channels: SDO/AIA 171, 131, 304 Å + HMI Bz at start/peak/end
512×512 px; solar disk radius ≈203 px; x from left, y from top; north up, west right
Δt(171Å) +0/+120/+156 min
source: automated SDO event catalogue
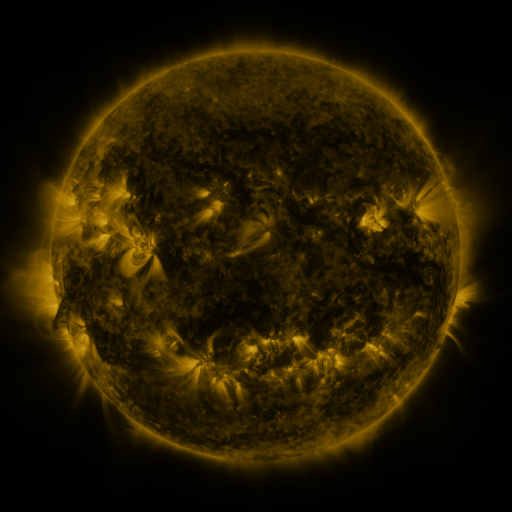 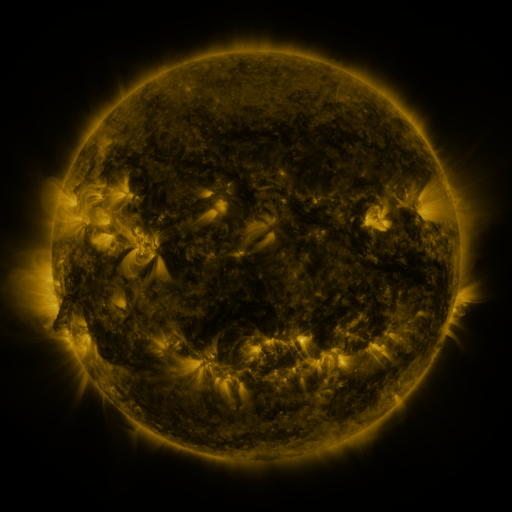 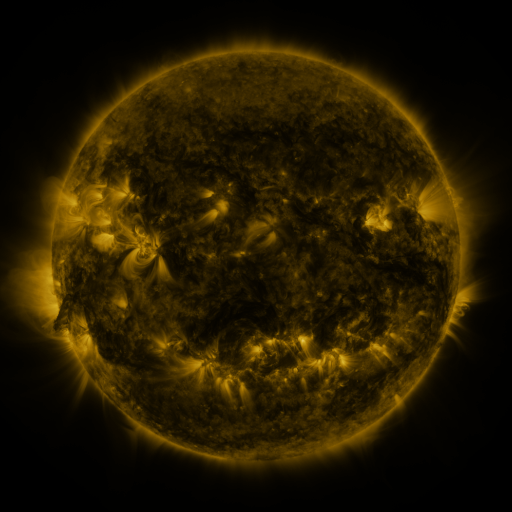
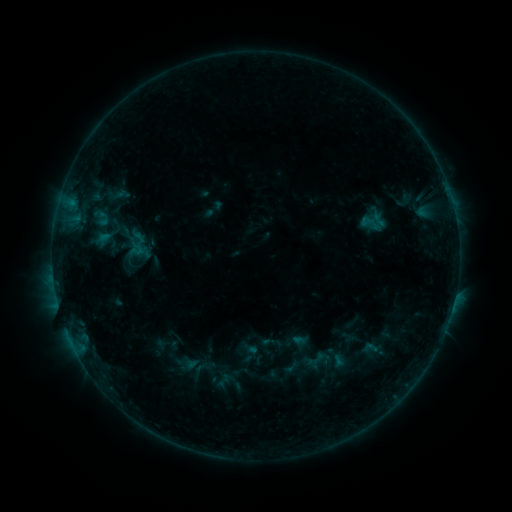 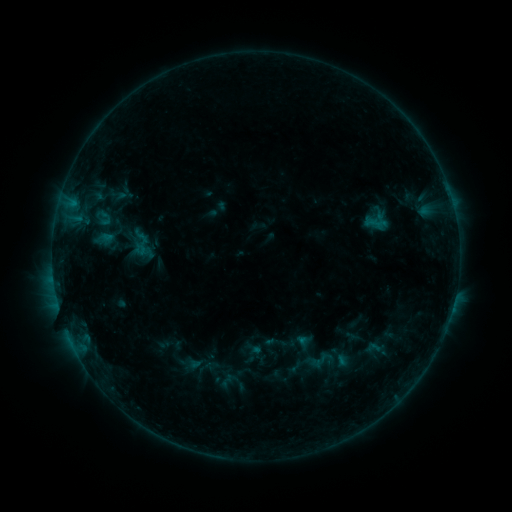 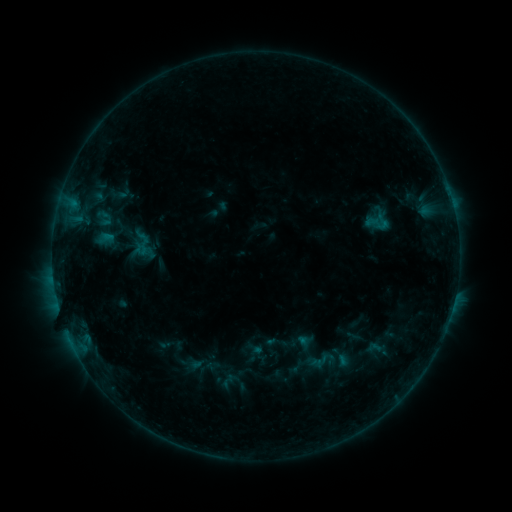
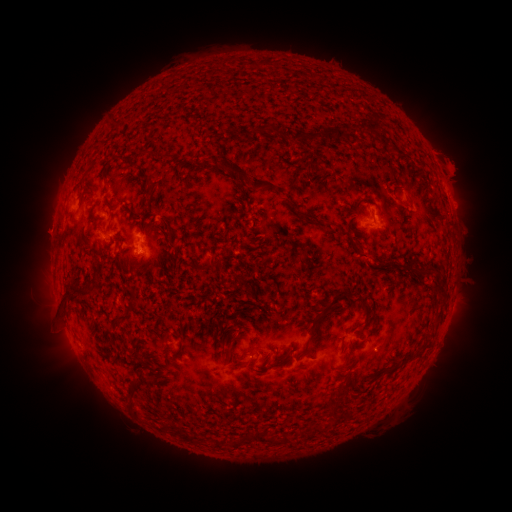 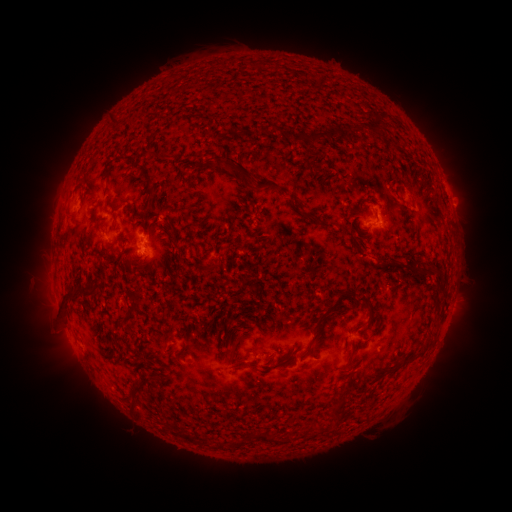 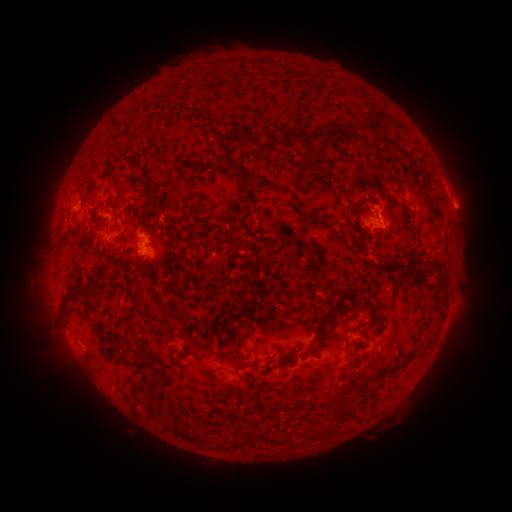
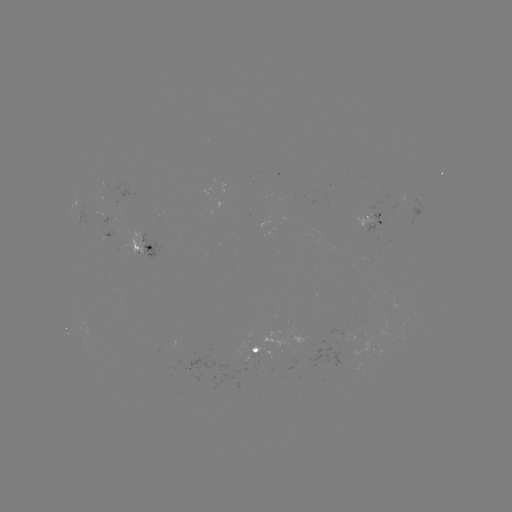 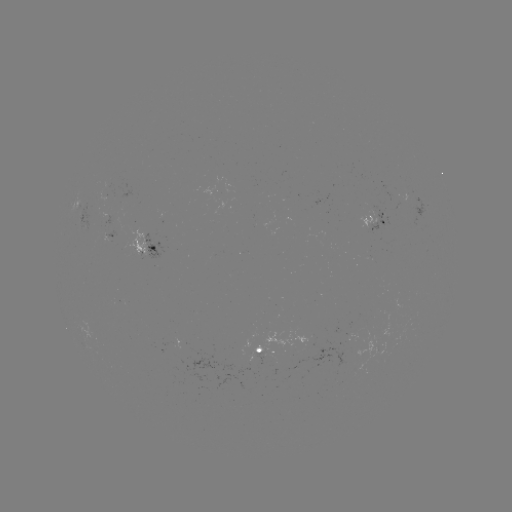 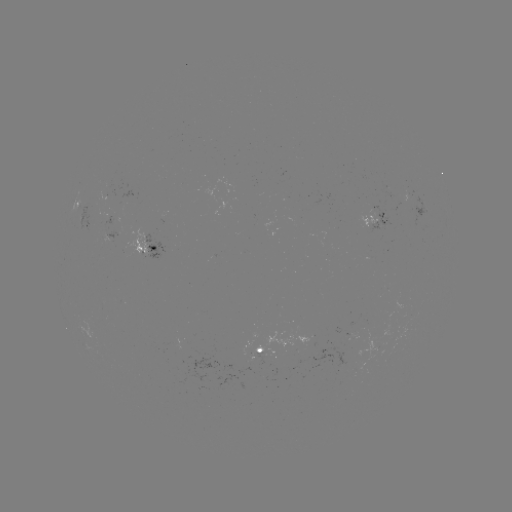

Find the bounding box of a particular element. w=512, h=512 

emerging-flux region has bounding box [128, 227, 147, 257].